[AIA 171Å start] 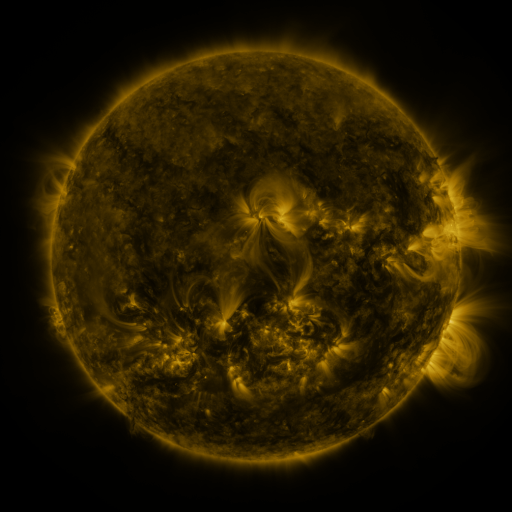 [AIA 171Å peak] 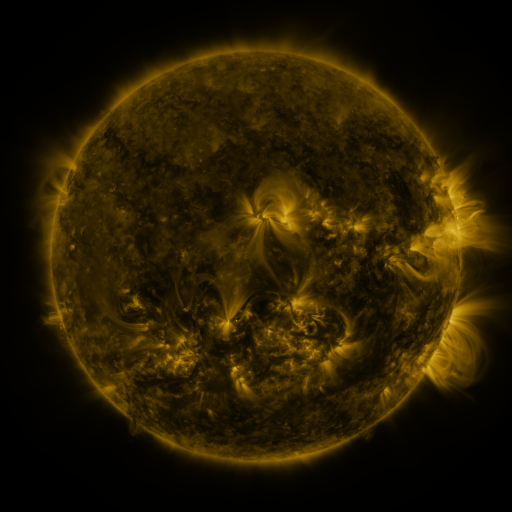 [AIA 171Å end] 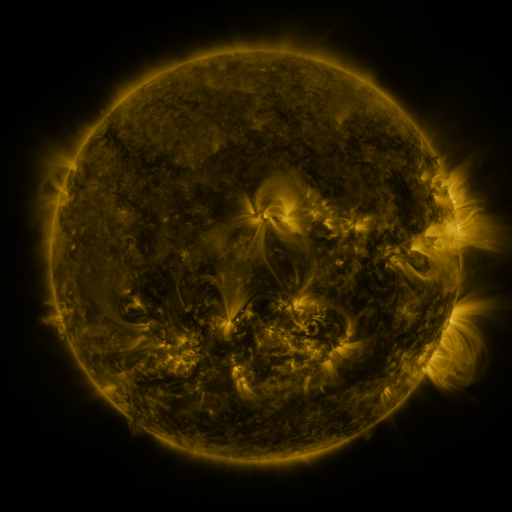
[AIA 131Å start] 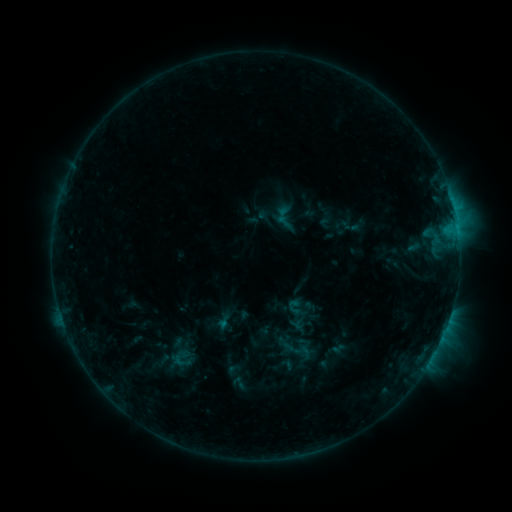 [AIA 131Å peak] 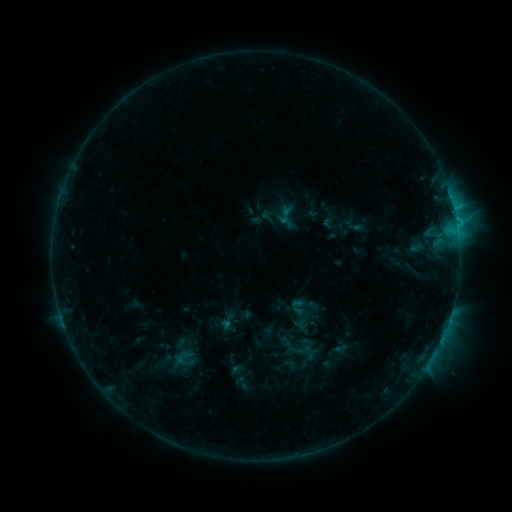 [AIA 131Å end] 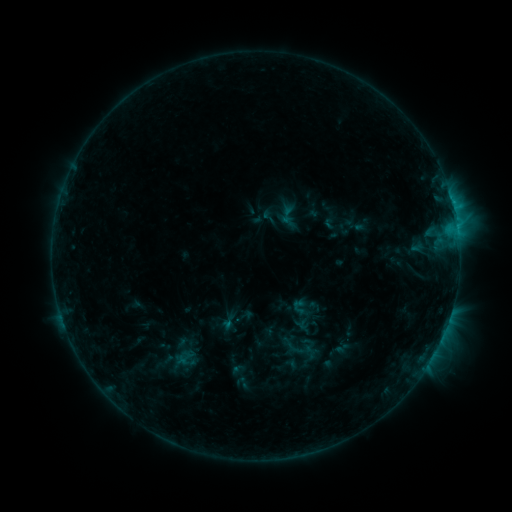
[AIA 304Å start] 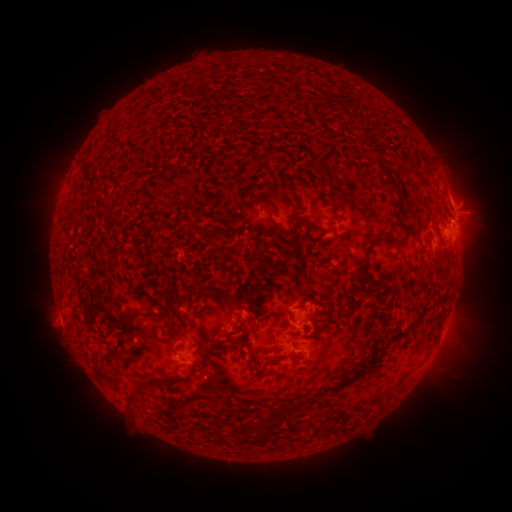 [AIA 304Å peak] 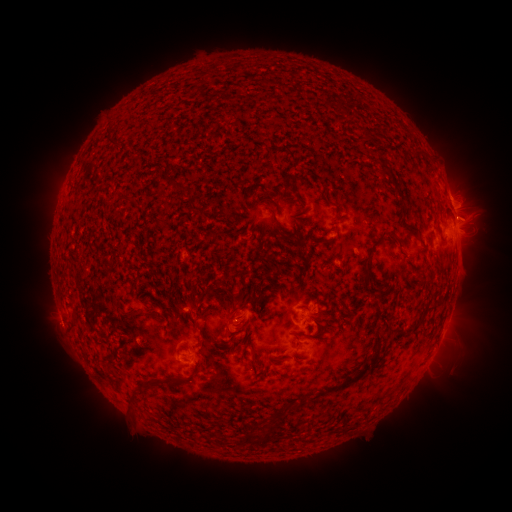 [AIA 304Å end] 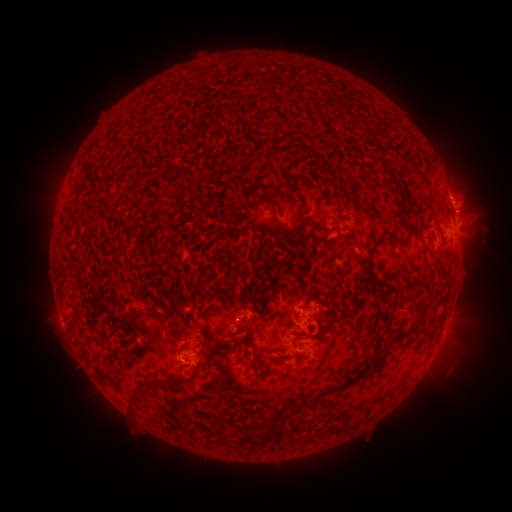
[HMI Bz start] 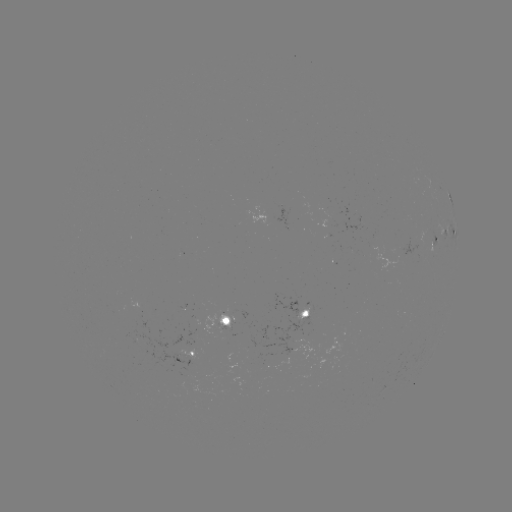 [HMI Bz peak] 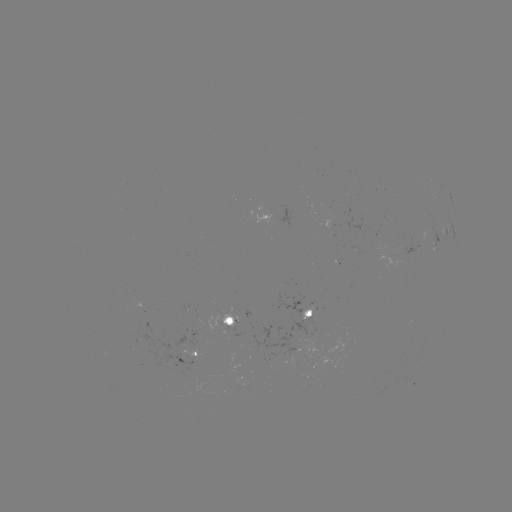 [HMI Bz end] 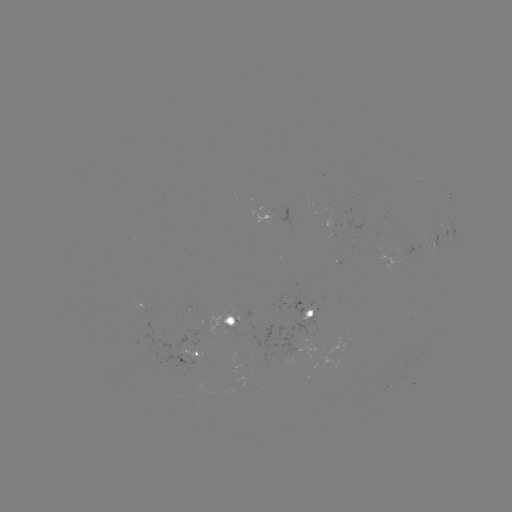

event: emerging-flux region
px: (230, 321)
